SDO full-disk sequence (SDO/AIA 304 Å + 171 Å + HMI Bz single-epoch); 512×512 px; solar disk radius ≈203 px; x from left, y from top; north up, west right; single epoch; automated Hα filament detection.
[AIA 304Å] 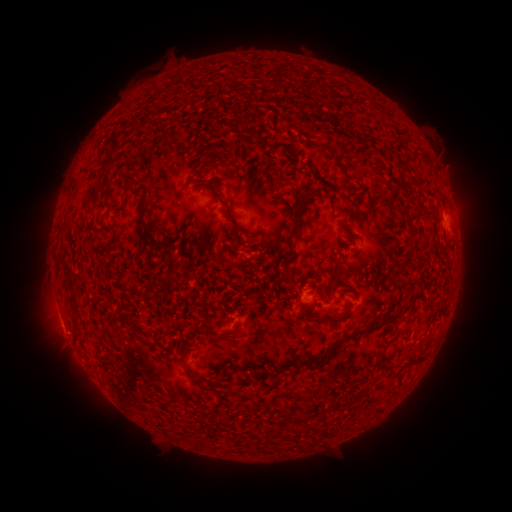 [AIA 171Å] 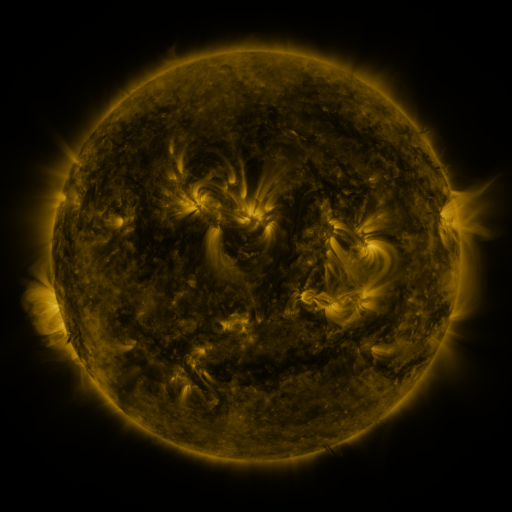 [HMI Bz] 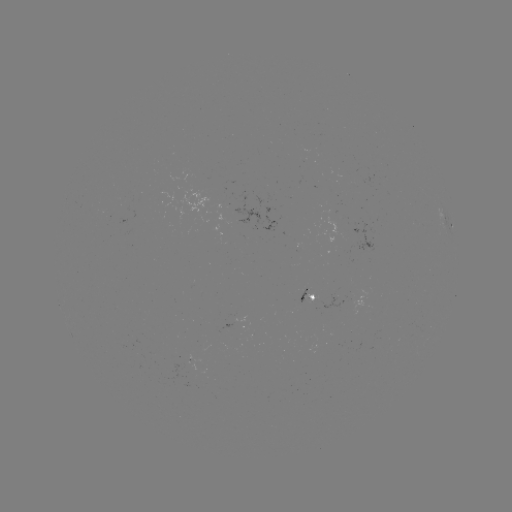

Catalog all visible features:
filament: (375, 107)
filament: (146, 123)
filament: (258, 138)
filament: (113, 147)
filament: (420, 148)
filament: (330, 151)
filament: (110, 162)
filament: (401, 163)
filament: (401, 182)
filament: (427, 211)
filament: (298, 213)
filament: (230, 216)
filament: (141, 220)
filament: (158, 250)
filament: (232, 265)
filament: (291, 278)
filament: (397, 302)
filament: (75, 303)
filament: (242, 308)
filament: (345, 311)
filament: (351, 334)
filament: (234, 336)
filament: (215, 337)
filament: (243, 367)
